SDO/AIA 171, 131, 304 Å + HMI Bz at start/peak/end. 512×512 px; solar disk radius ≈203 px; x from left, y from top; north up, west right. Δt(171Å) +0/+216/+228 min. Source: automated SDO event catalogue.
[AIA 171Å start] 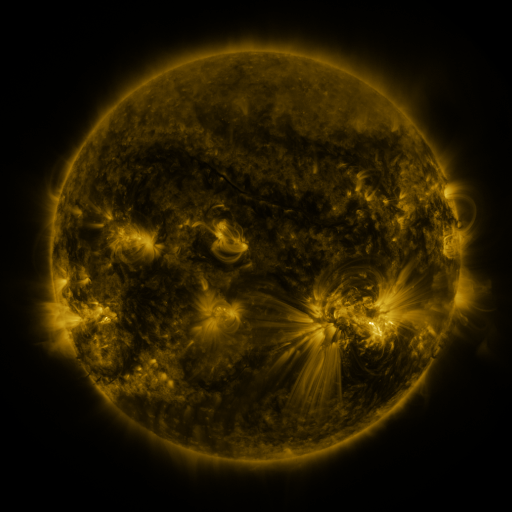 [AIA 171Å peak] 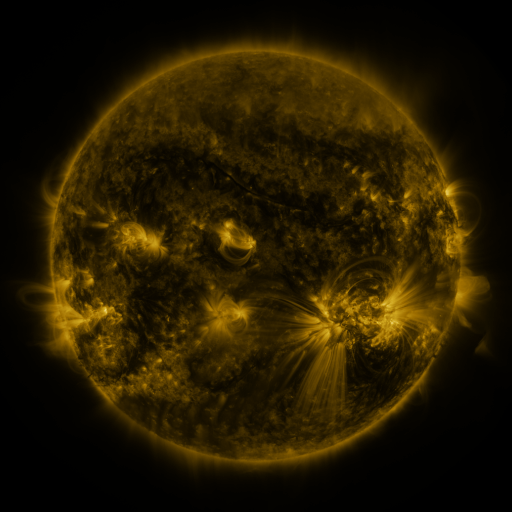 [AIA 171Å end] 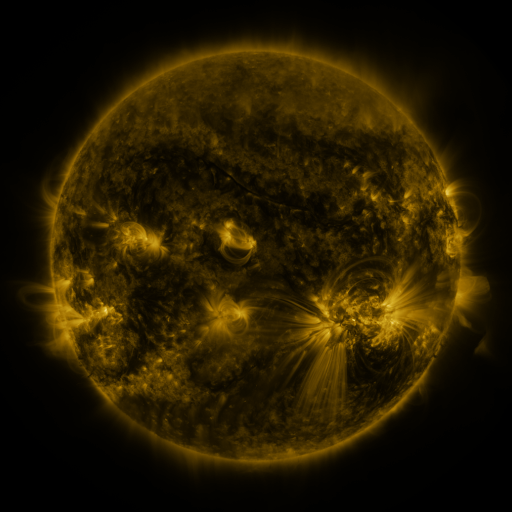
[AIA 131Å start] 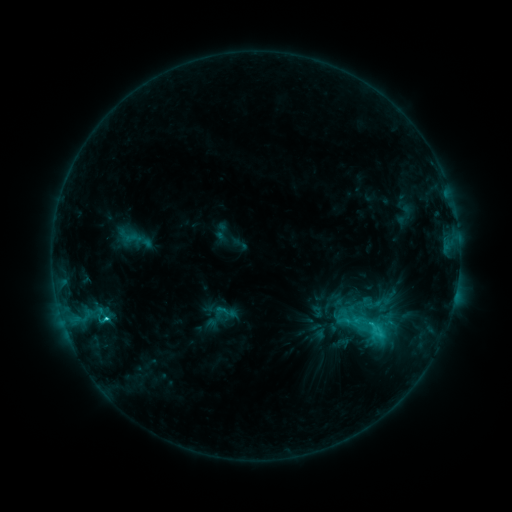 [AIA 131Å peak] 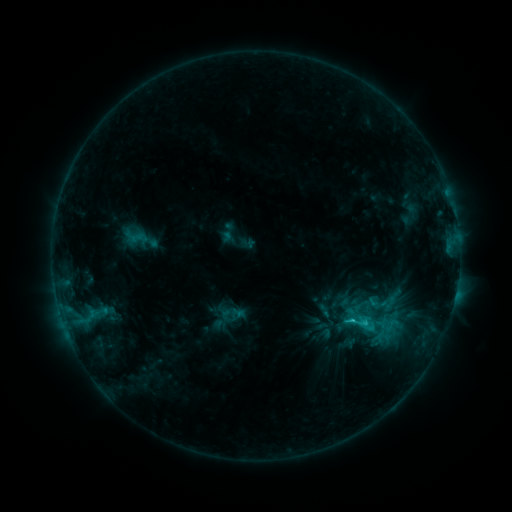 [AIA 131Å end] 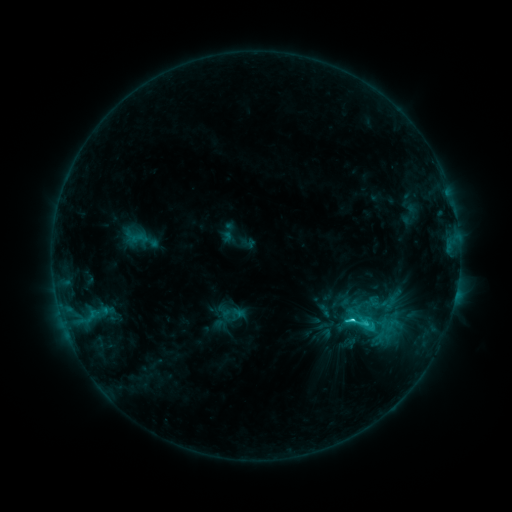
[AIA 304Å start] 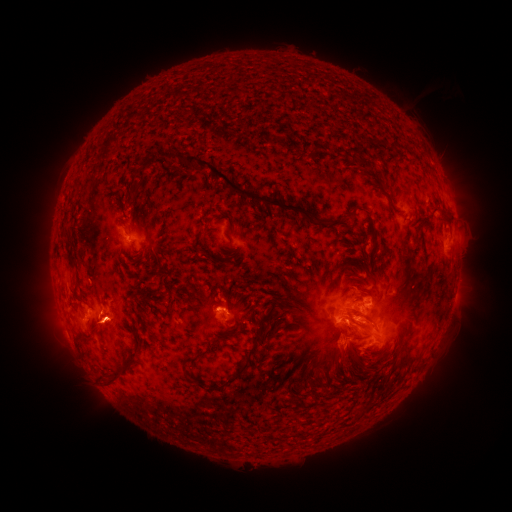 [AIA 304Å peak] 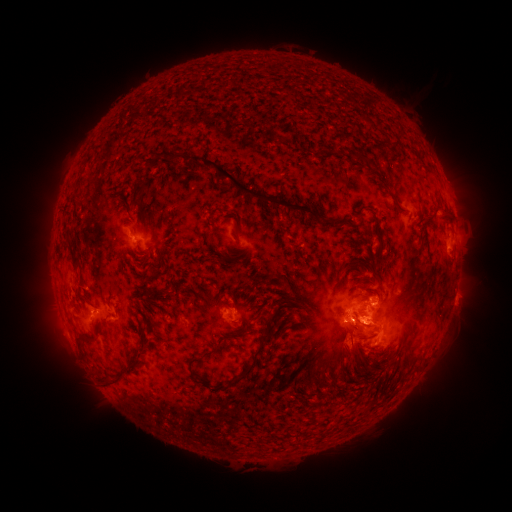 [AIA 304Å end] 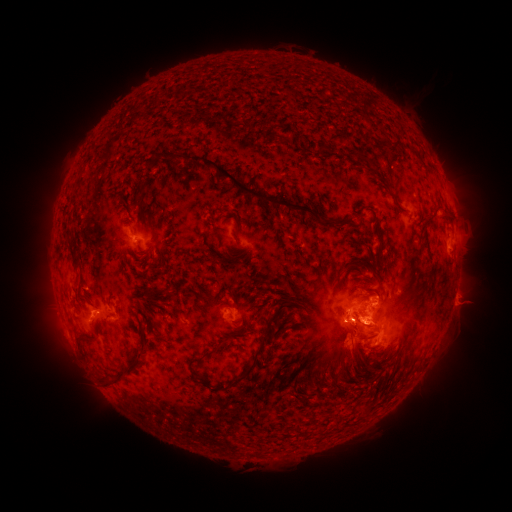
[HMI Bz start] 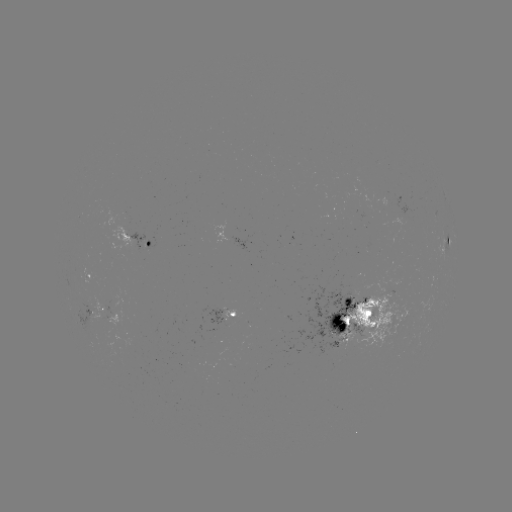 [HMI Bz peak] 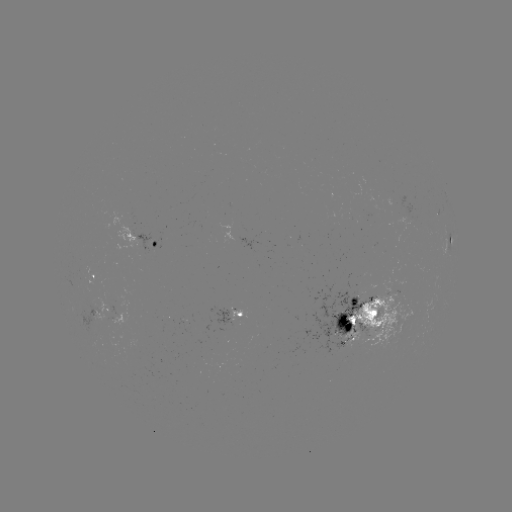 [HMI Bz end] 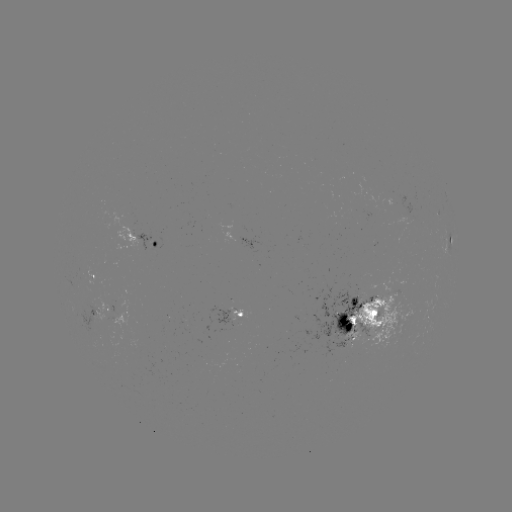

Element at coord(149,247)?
emerging-flux region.